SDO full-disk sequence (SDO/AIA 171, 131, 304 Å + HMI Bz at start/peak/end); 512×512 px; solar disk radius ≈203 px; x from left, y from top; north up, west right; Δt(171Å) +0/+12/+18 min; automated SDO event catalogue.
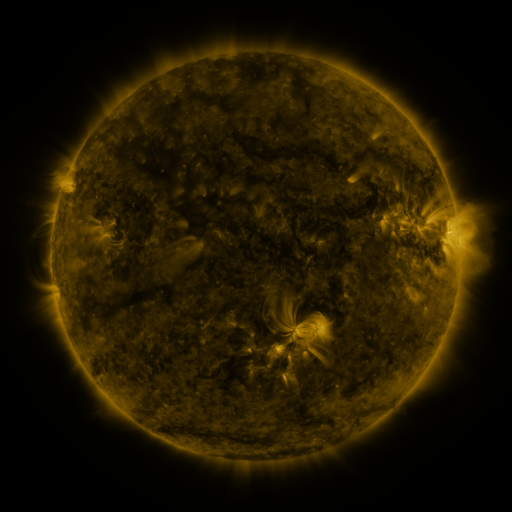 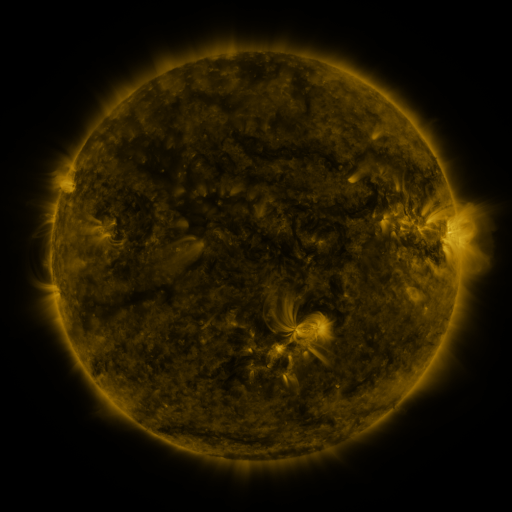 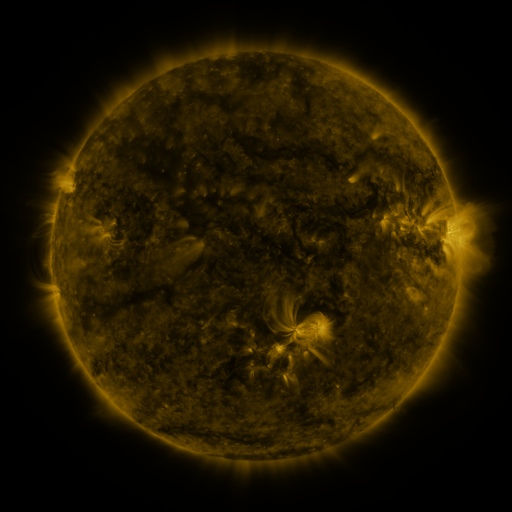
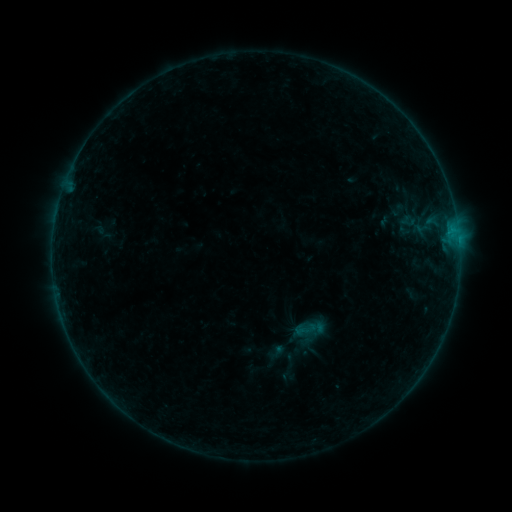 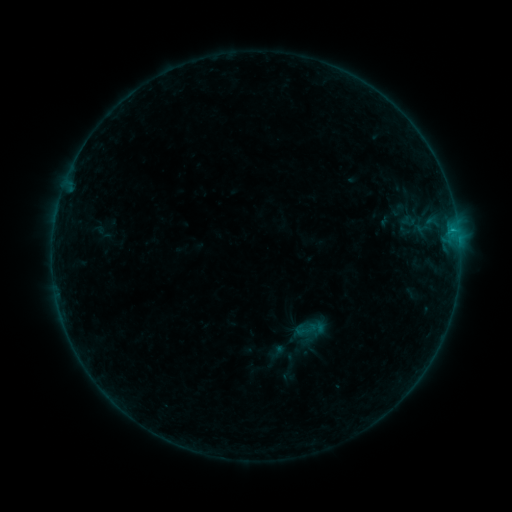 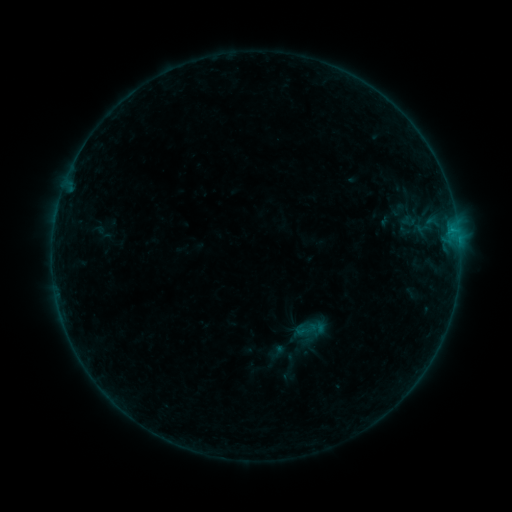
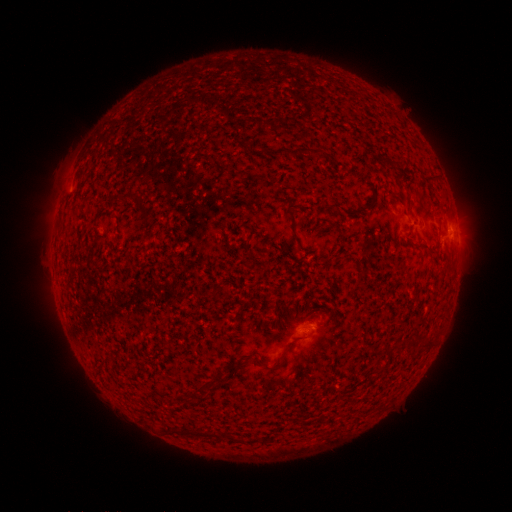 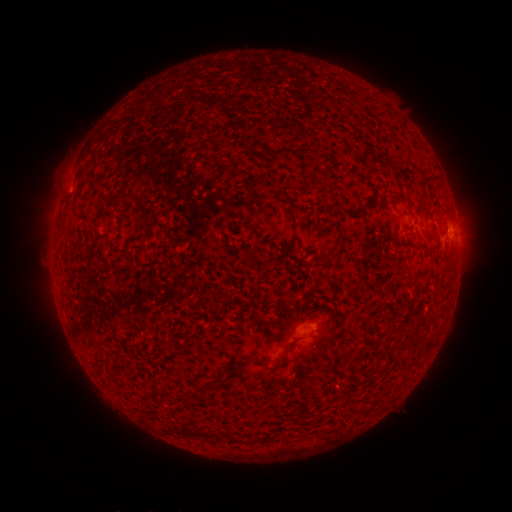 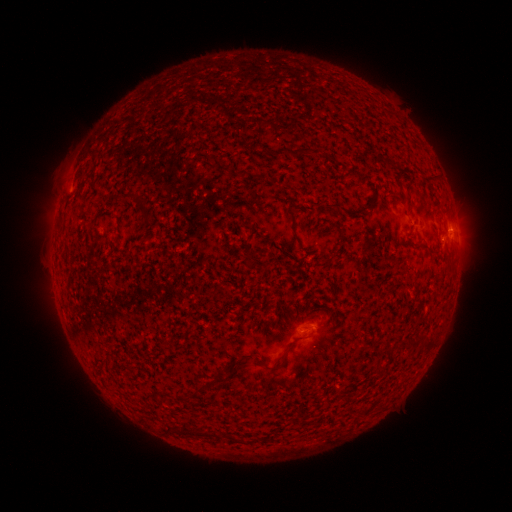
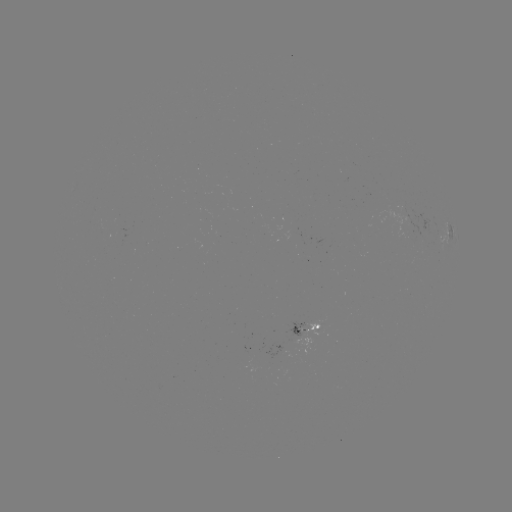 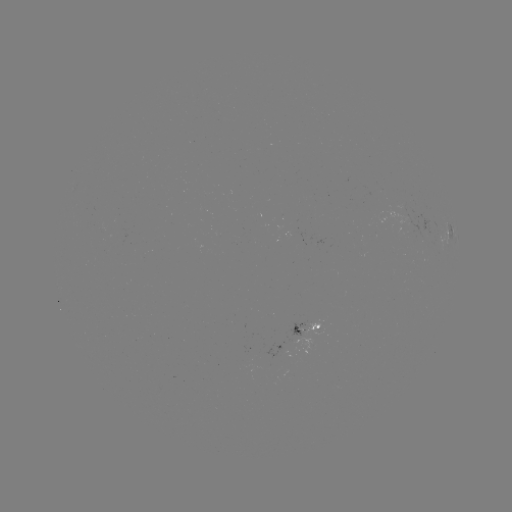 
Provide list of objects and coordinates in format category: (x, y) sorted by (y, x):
B3.2 flare: (452, 232)
